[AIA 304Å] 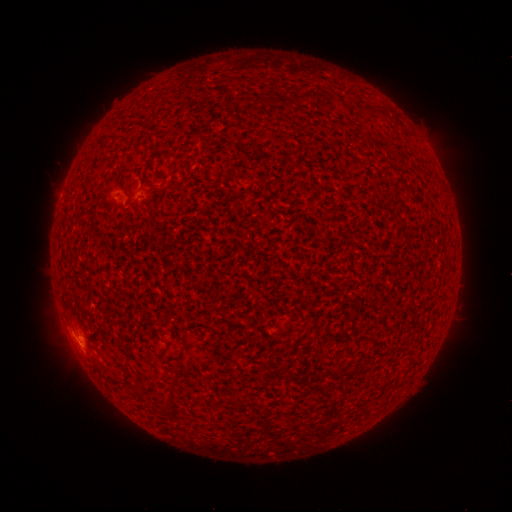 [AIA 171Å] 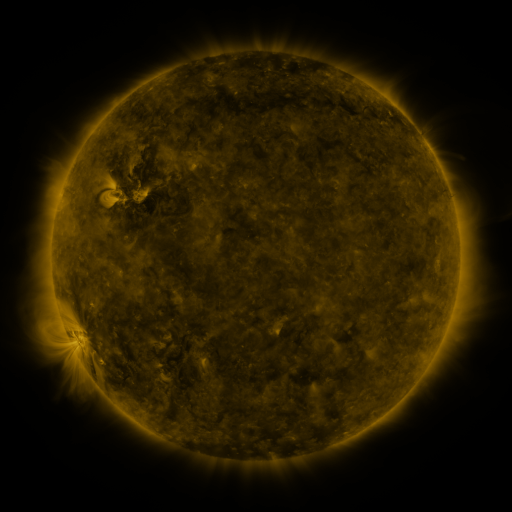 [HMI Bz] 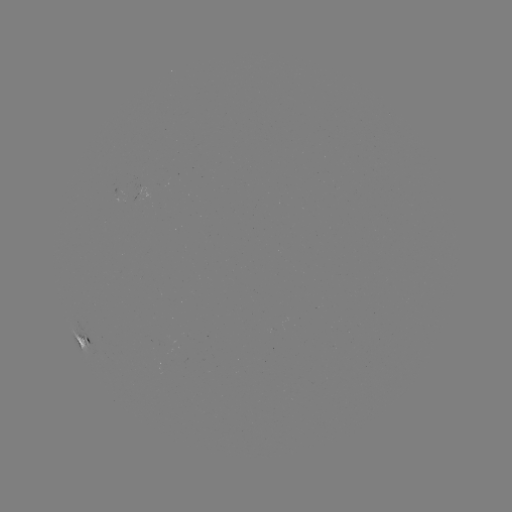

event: spotted active region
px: (84, 340)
